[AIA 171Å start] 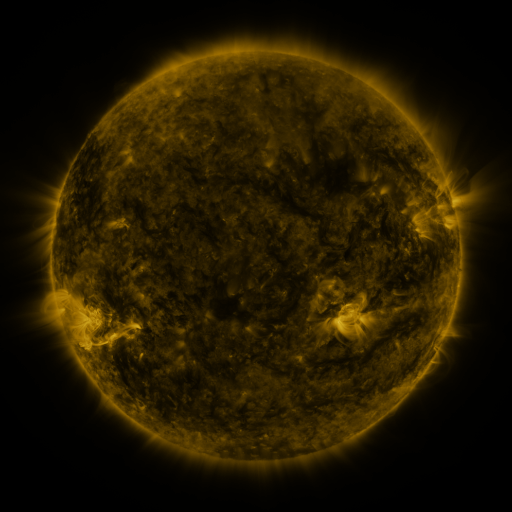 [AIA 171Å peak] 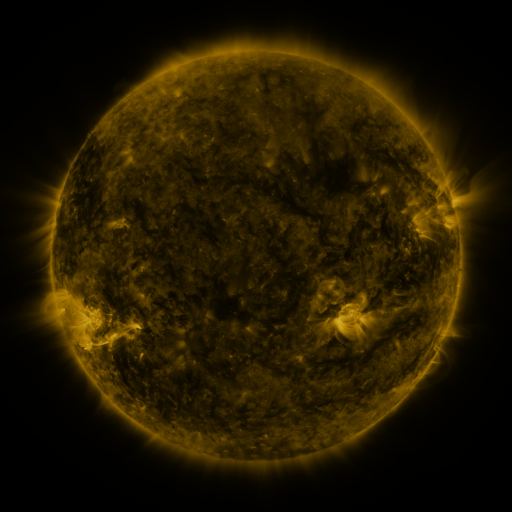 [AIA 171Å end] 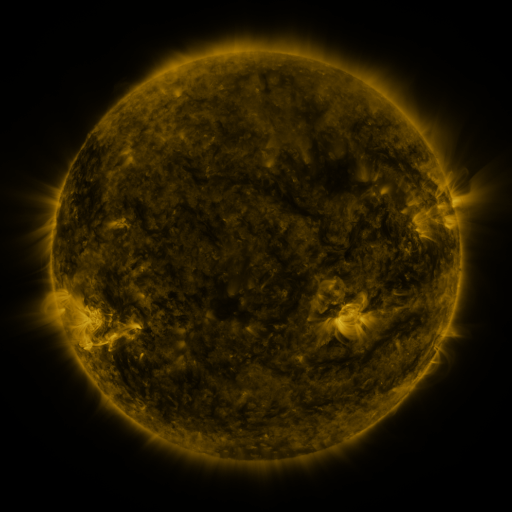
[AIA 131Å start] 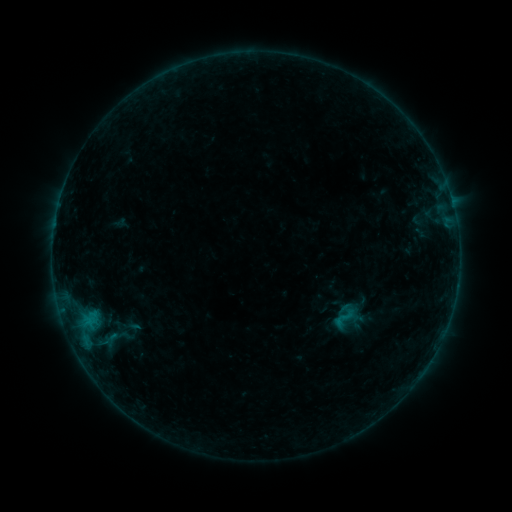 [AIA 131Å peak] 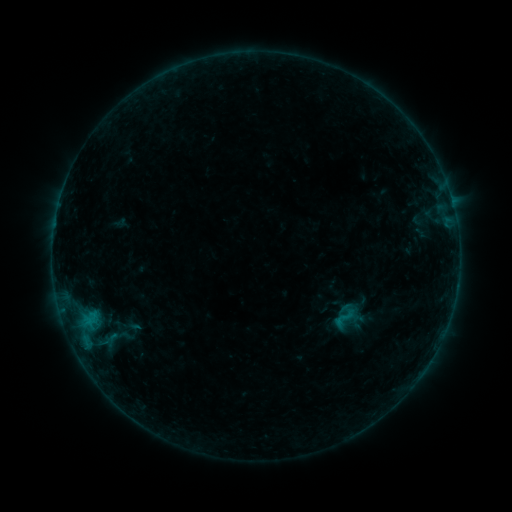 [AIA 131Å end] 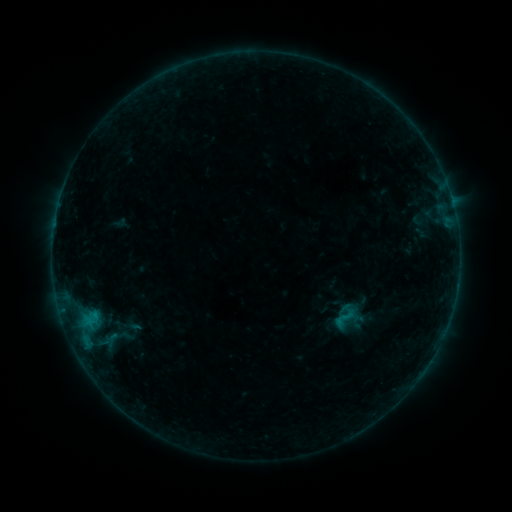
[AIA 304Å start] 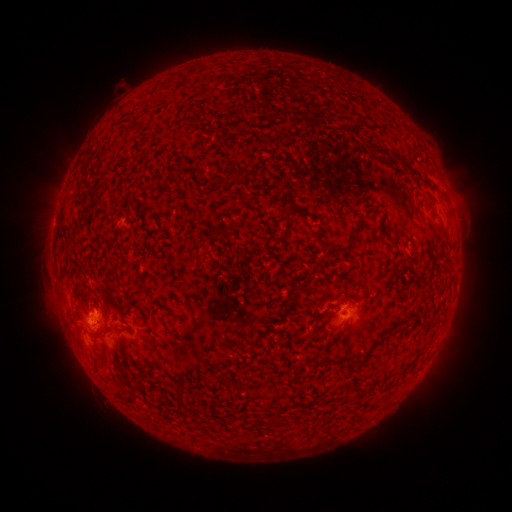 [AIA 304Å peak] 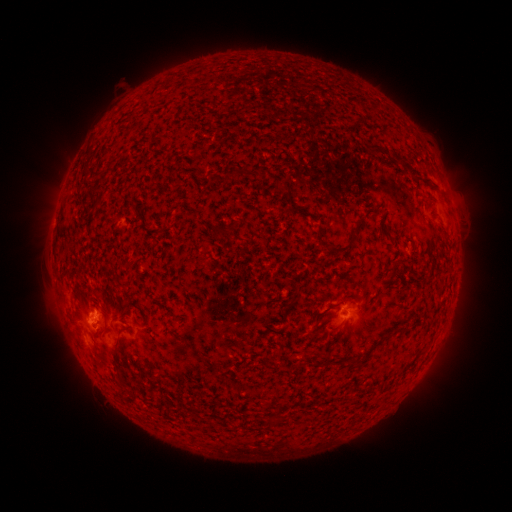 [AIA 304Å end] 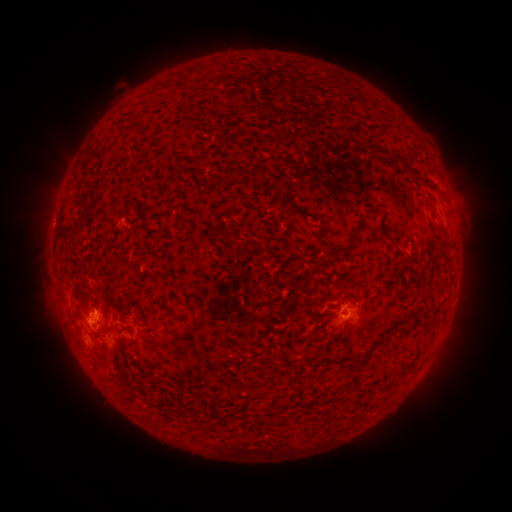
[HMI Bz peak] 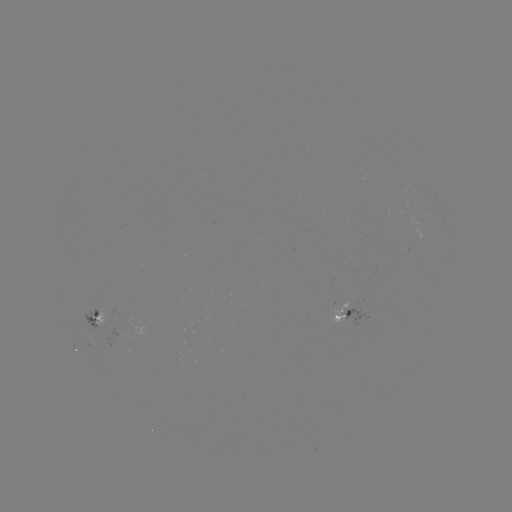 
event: flare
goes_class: B4.6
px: (93, 315)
